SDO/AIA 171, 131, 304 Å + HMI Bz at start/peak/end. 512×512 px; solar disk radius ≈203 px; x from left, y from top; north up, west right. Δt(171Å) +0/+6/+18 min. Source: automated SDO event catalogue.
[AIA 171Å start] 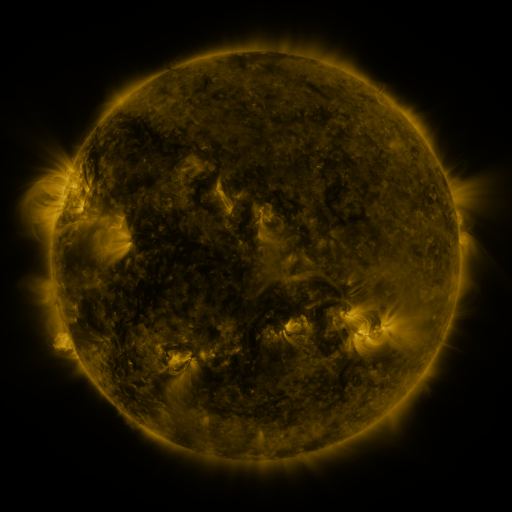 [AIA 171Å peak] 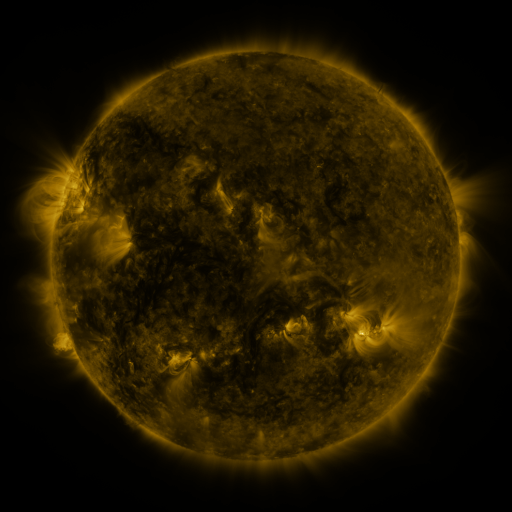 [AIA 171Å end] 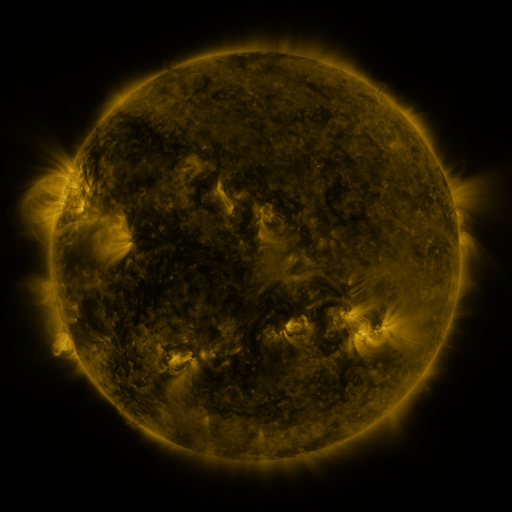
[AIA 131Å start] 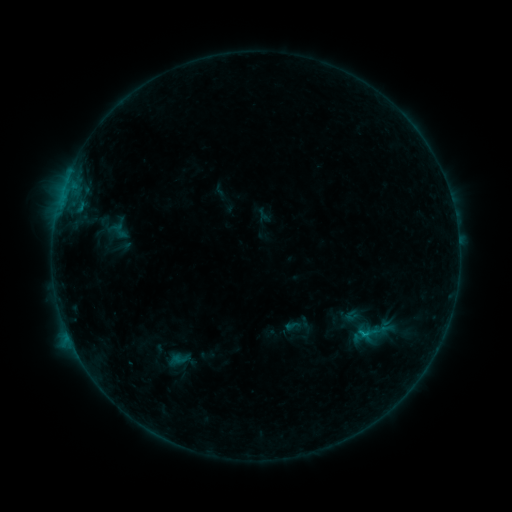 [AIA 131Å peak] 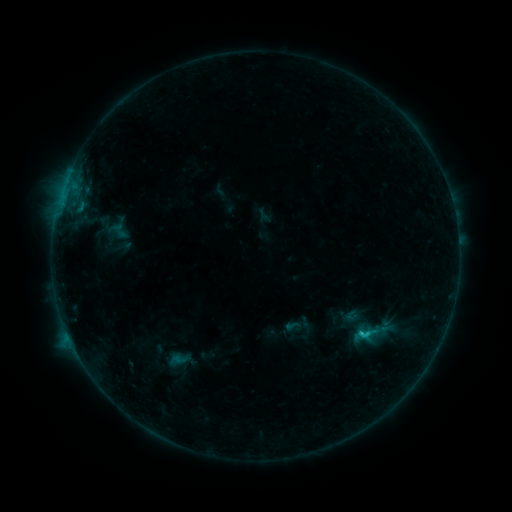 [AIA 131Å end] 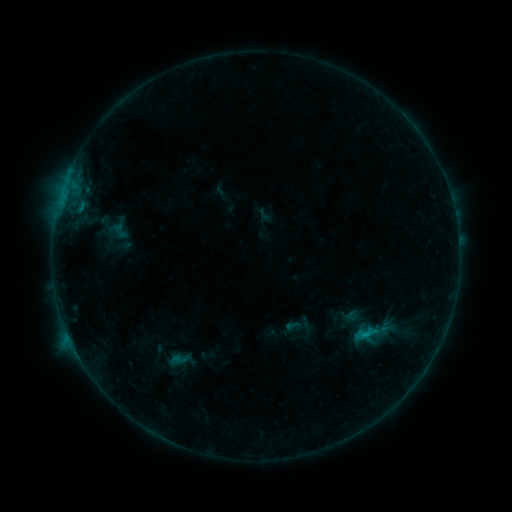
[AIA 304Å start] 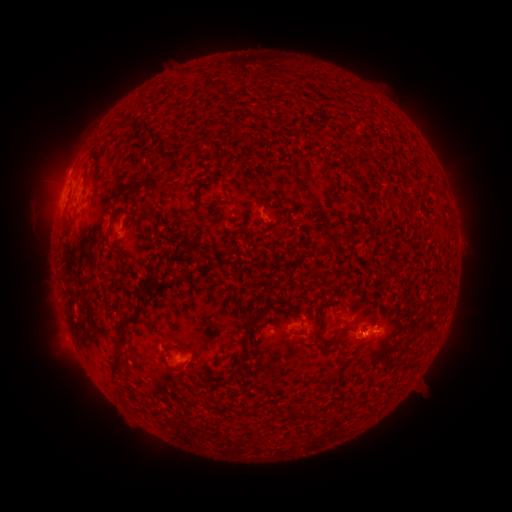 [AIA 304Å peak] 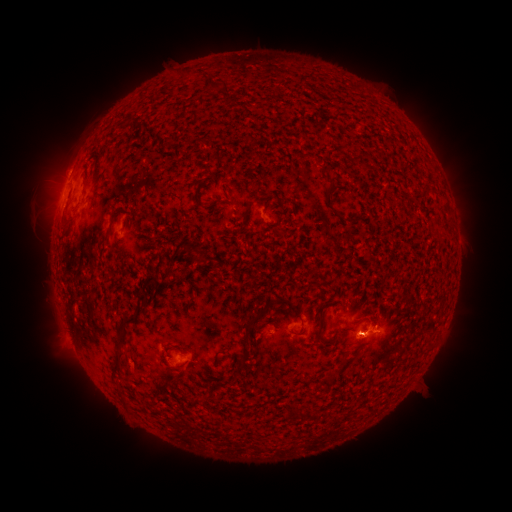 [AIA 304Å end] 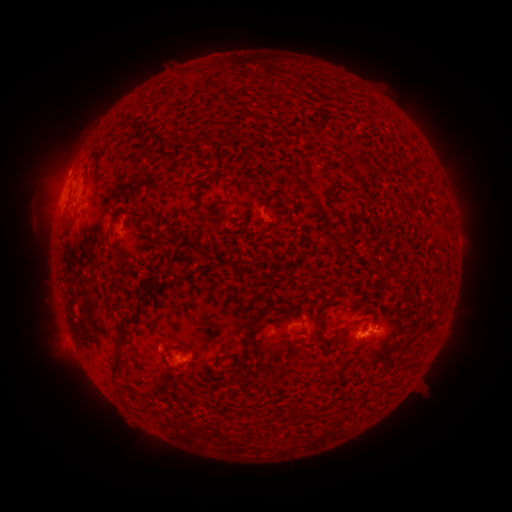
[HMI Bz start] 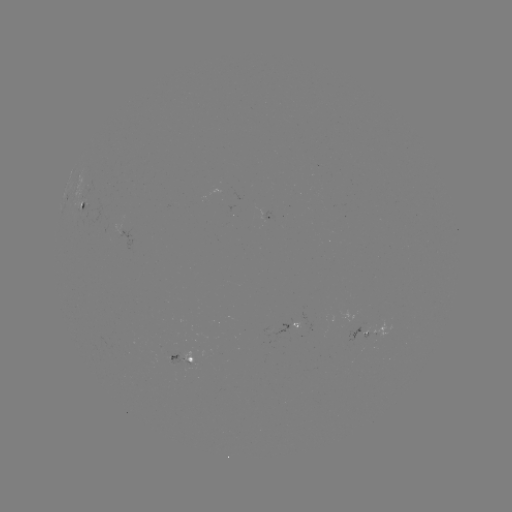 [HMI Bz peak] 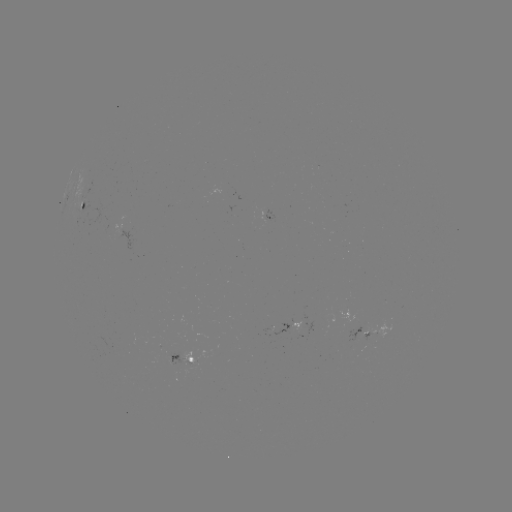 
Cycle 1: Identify B7.9 flare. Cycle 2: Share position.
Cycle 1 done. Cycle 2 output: [361, 333].